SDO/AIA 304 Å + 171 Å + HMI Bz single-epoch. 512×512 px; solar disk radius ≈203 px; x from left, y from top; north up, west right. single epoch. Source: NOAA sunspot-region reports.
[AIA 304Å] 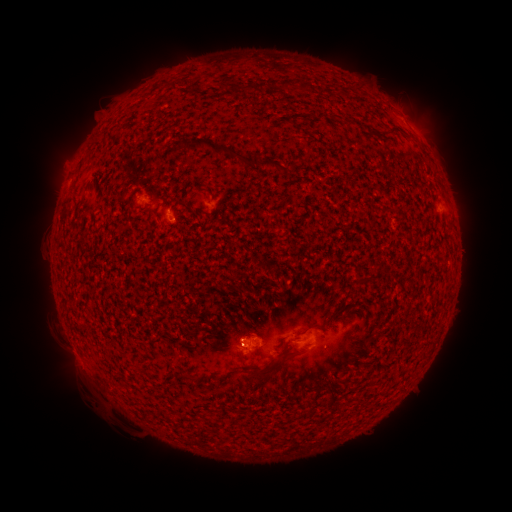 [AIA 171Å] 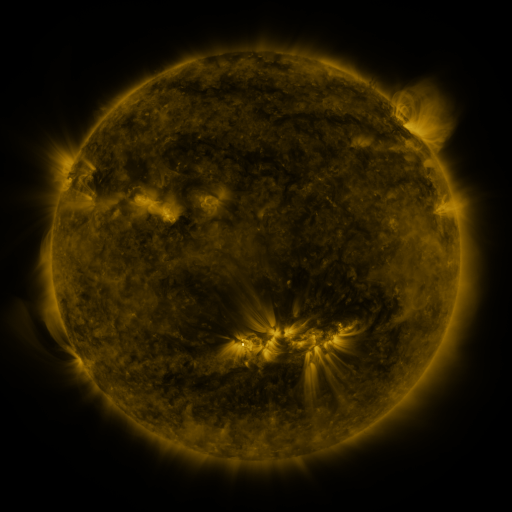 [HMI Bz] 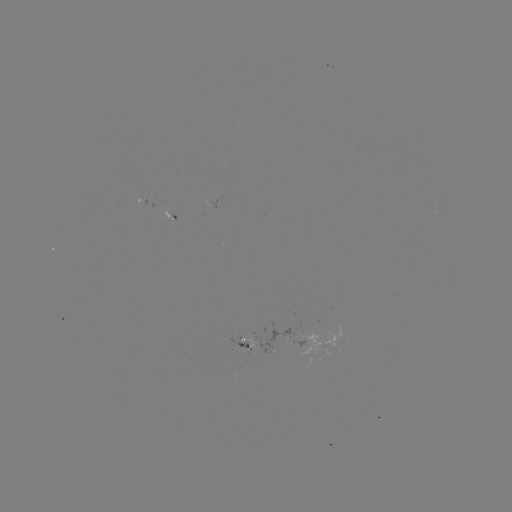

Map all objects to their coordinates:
spotted active region: (148, 198)
spotted active region: (166, 209)
spotted active region: (246, 342)
